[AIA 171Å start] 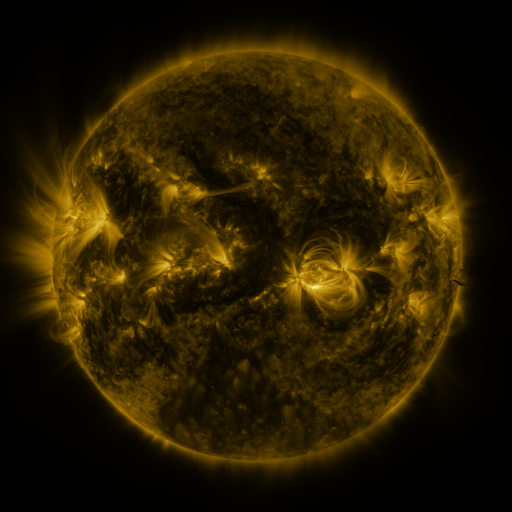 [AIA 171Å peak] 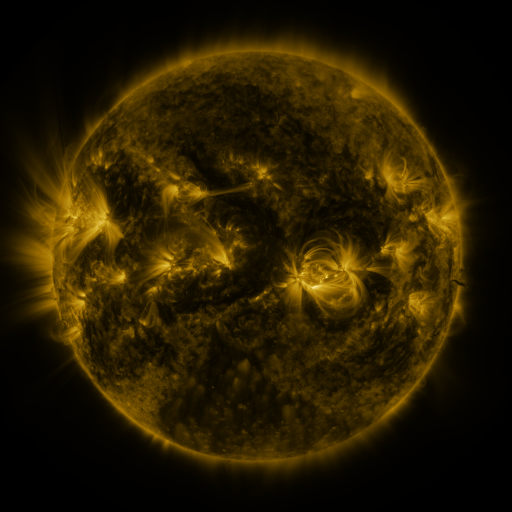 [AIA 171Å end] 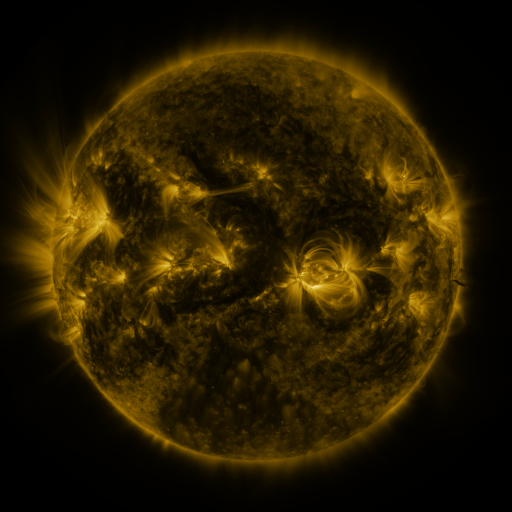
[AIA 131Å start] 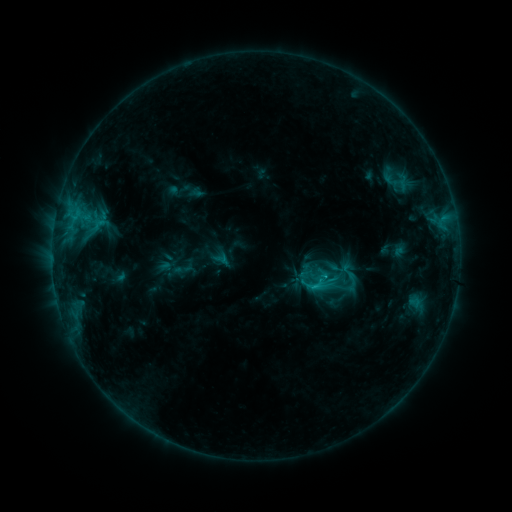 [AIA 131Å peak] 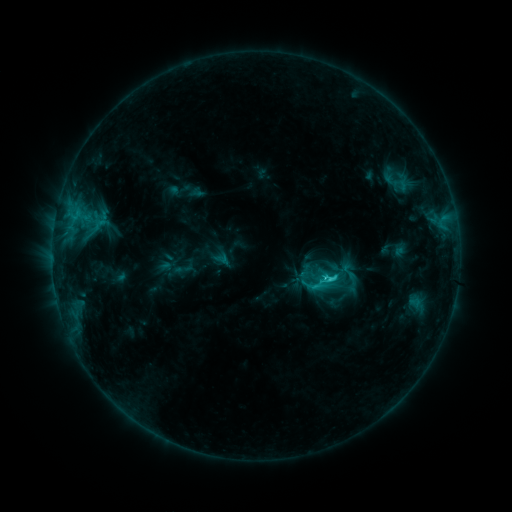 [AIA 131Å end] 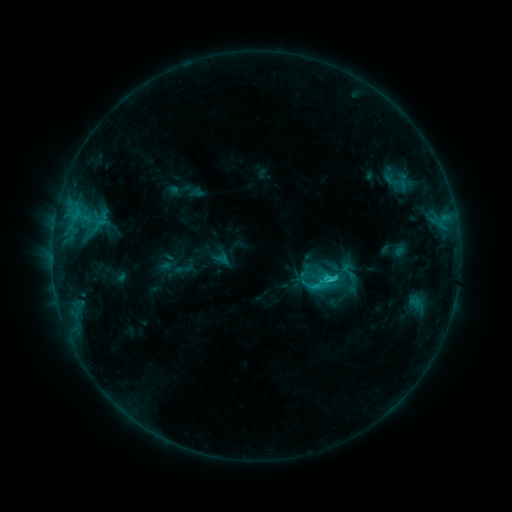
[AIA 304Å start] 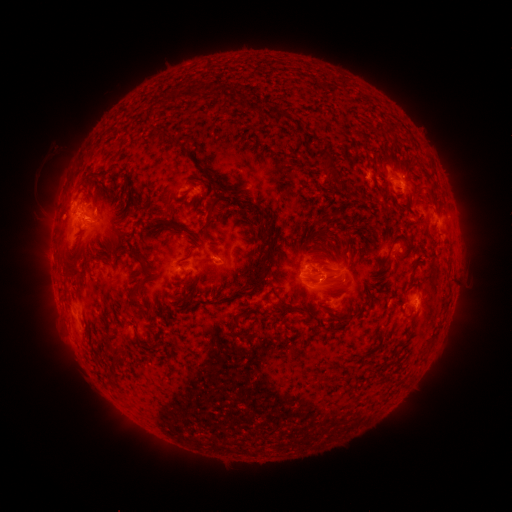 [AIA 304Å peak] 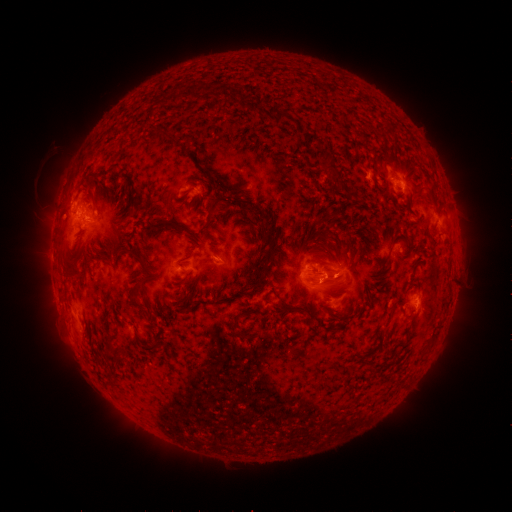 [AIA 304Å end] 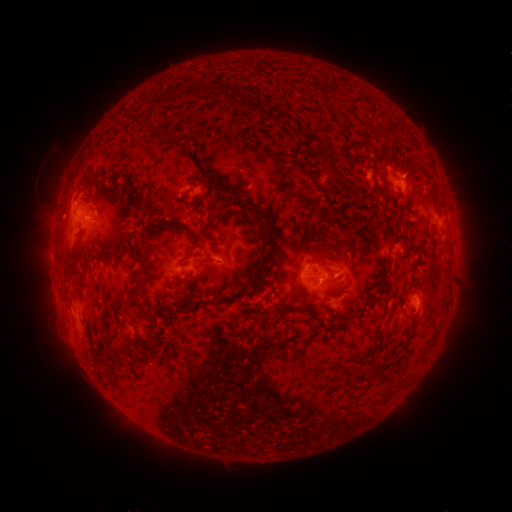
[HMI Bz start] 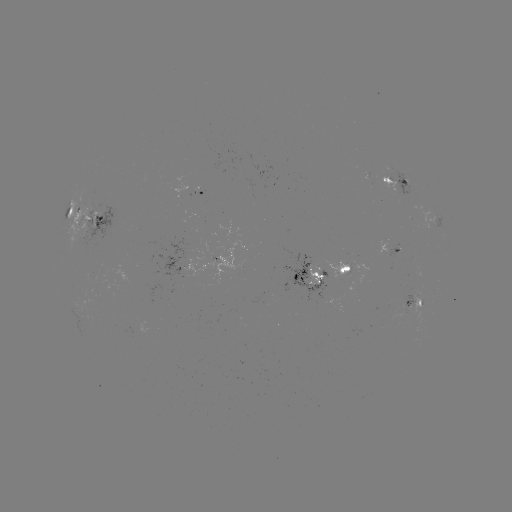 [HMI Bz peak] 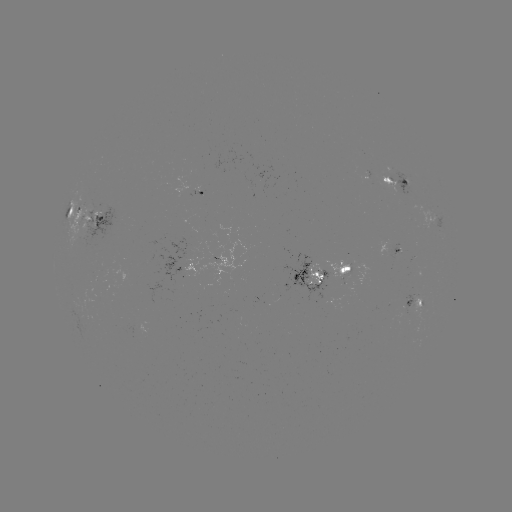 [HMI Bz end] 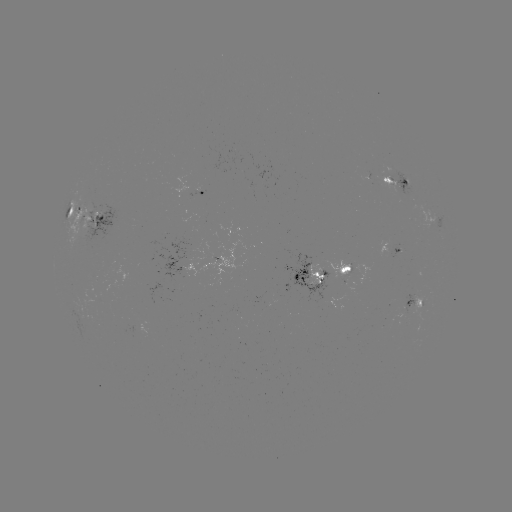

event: flare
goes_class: C2.3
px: (327, 279)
